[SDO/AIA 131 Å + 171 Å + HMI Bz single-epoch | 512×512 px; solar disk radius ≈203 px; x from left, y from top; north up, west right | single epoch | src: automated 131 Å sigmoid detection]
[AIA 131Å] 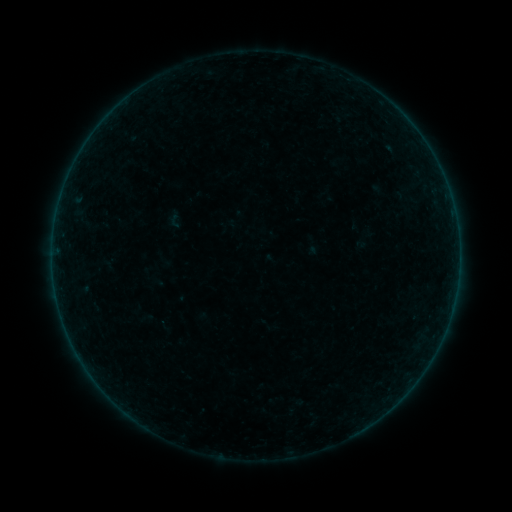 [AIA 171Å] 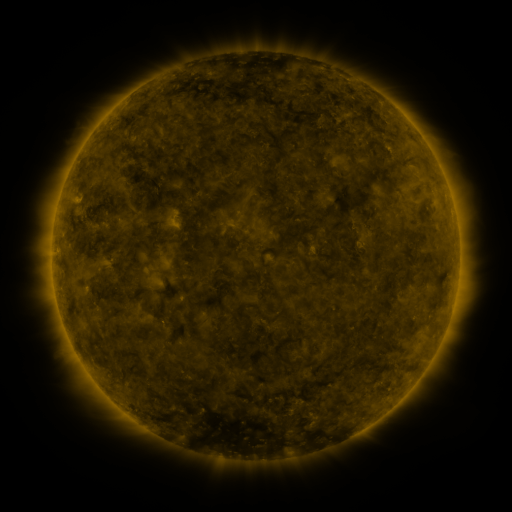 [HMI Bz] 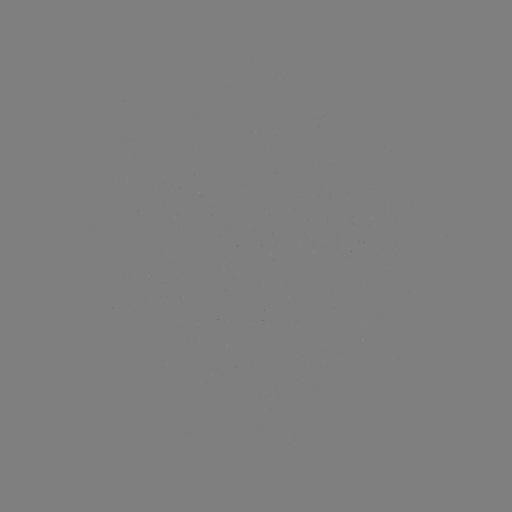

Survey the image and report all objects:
sigmoid: (165, 209, 185, 229)
